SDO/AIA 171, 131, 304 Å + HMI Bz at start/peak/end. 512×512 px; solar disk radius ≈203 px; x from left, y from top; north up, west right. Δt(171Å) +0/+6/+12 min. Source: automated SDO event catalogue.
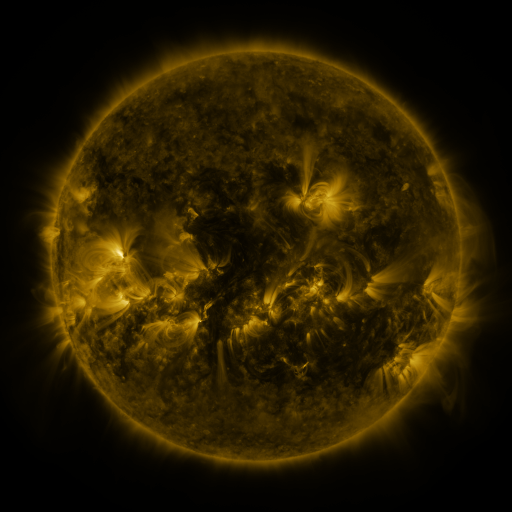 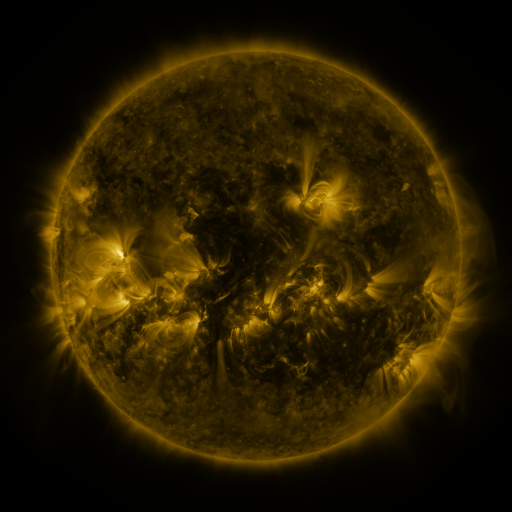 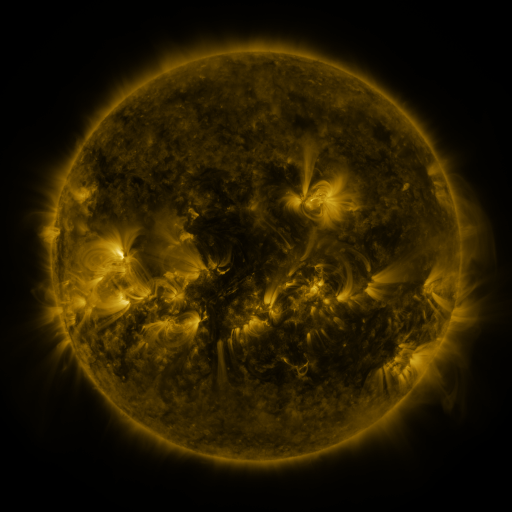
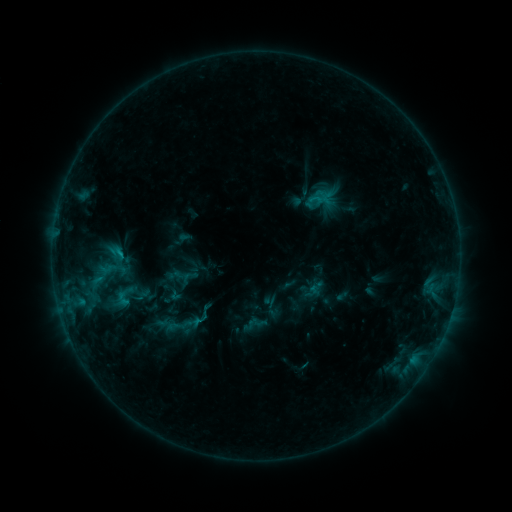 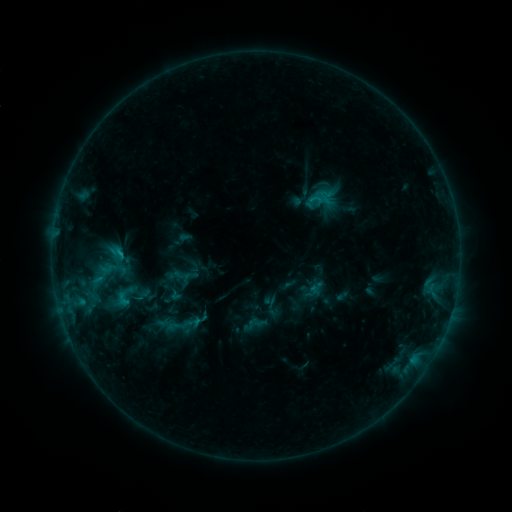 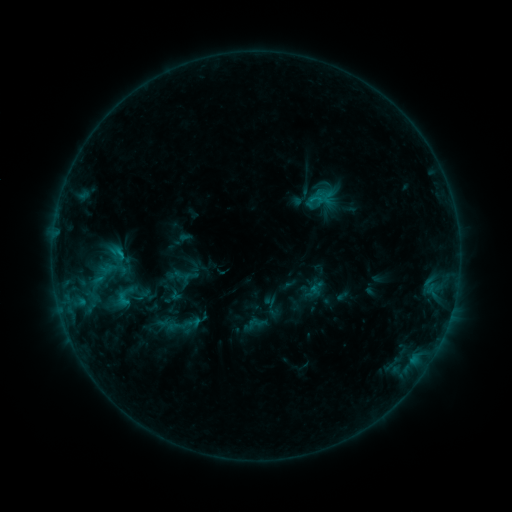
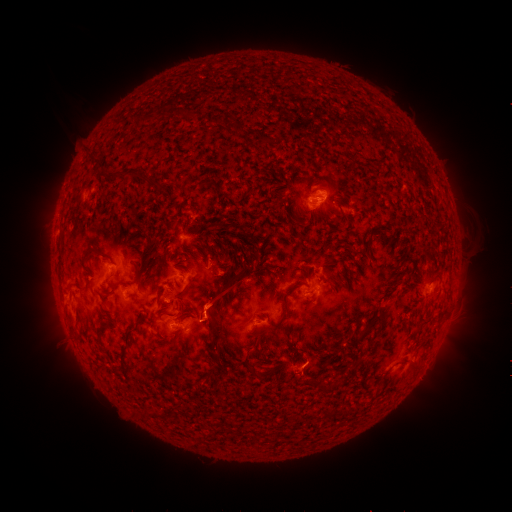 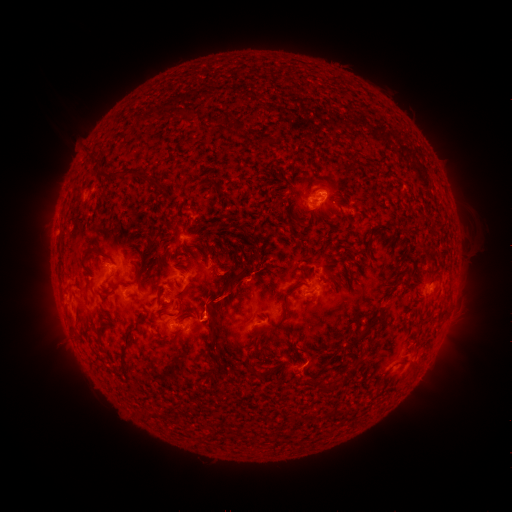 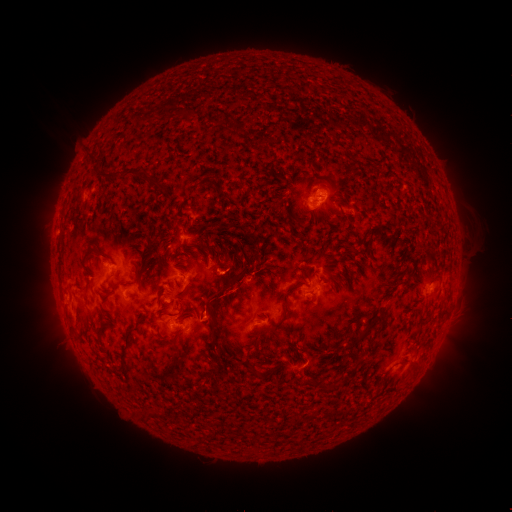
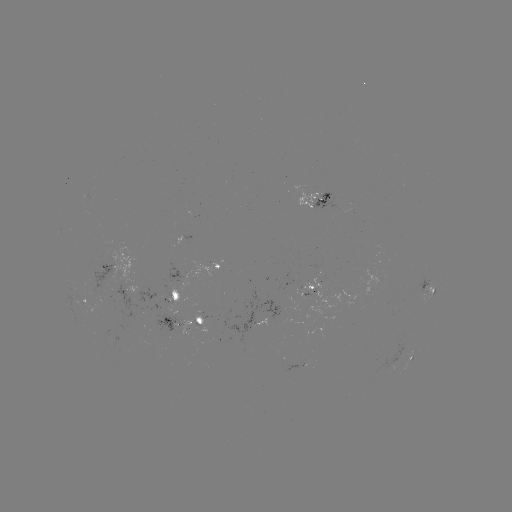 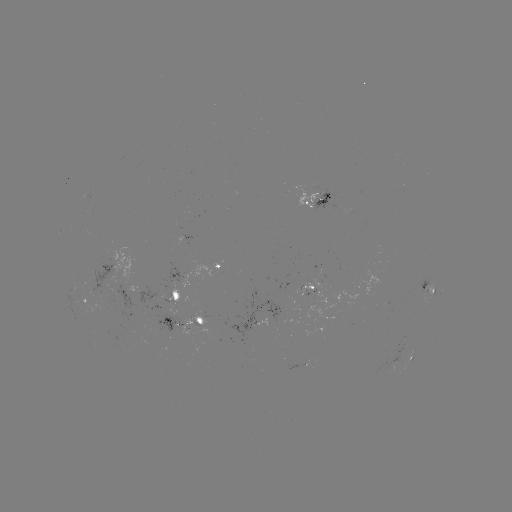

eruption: (188, 267, 250, 356)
